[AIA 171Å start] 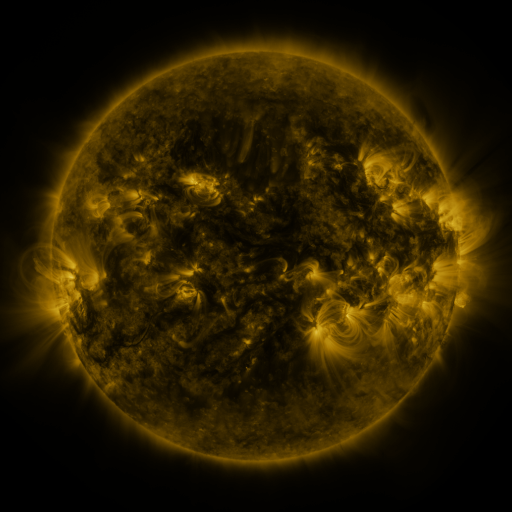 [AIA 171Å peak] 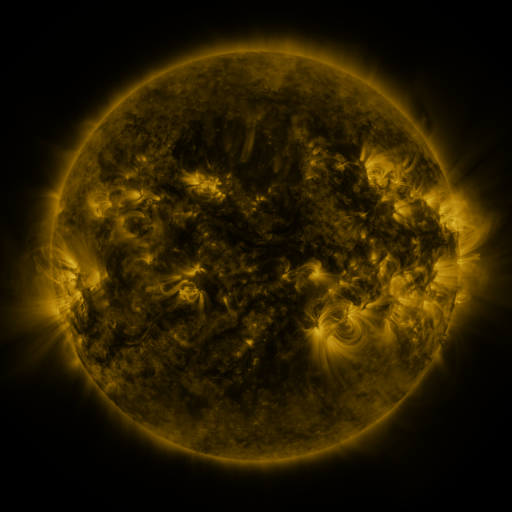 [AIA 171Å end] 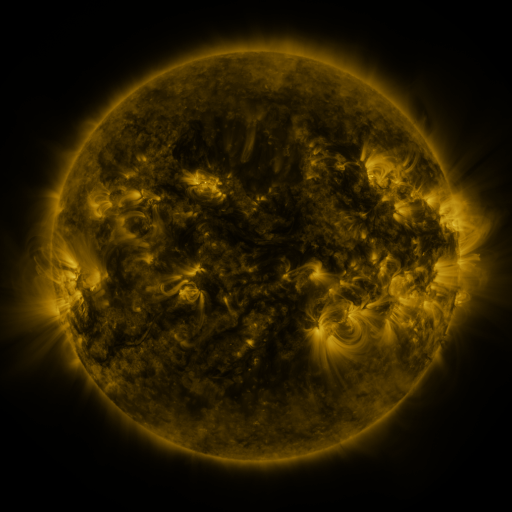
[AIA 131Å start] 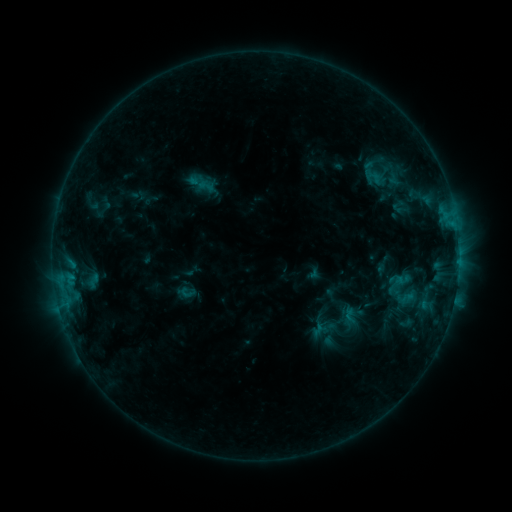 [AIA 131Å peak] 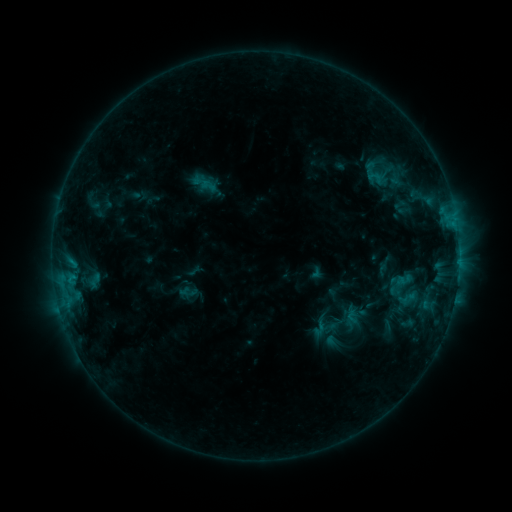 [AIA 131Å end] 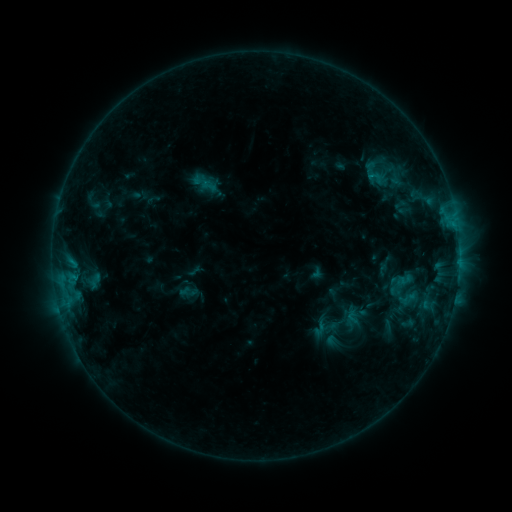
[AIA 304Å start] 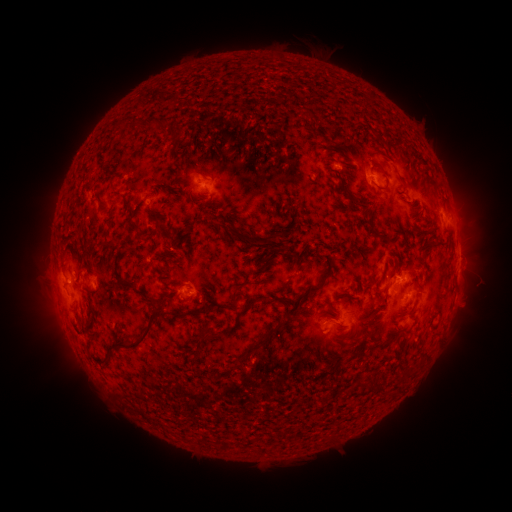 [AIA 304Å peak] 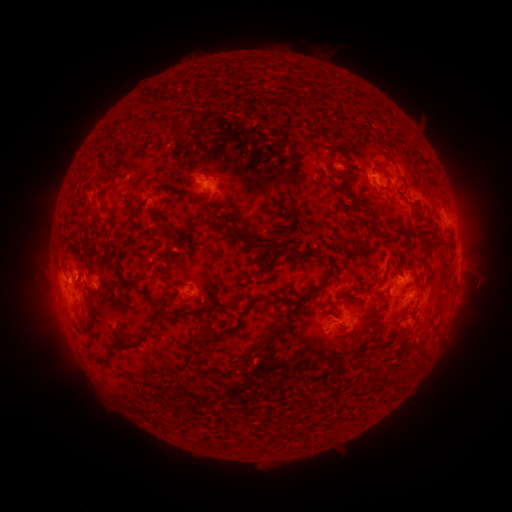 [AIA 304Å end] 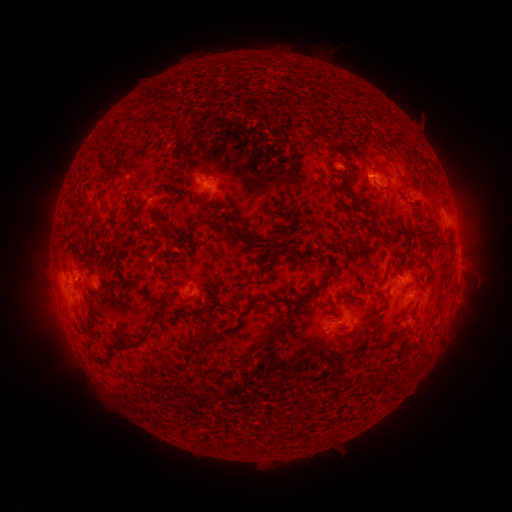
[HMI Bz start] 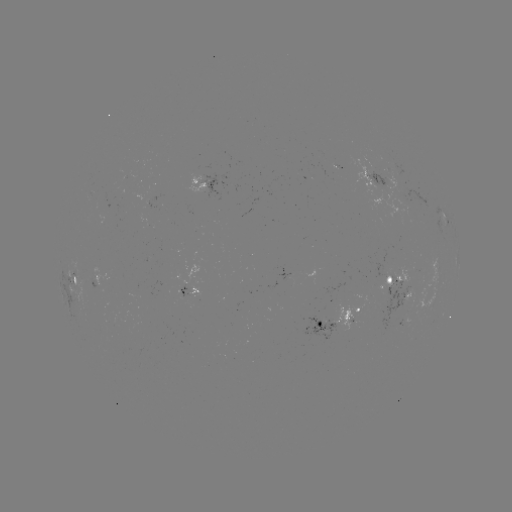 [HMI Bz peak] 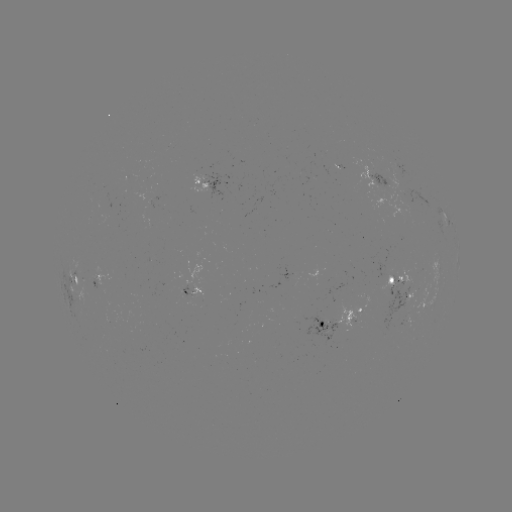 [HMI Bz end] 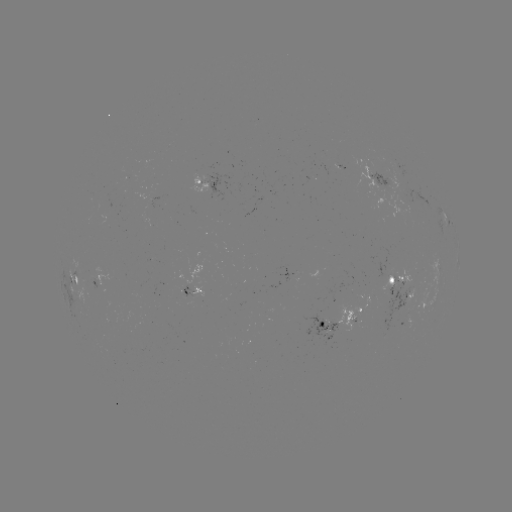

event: emerging-flux region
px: (206, 174)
